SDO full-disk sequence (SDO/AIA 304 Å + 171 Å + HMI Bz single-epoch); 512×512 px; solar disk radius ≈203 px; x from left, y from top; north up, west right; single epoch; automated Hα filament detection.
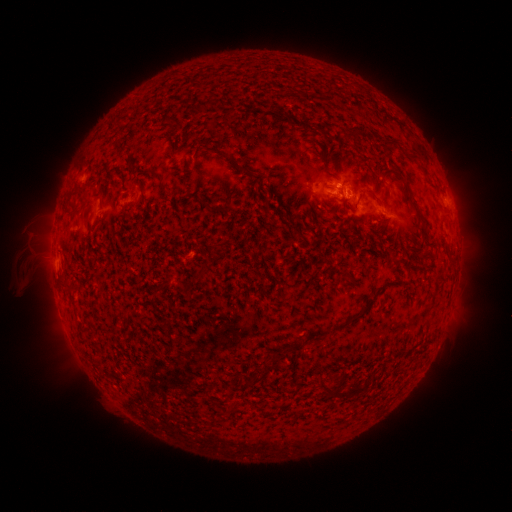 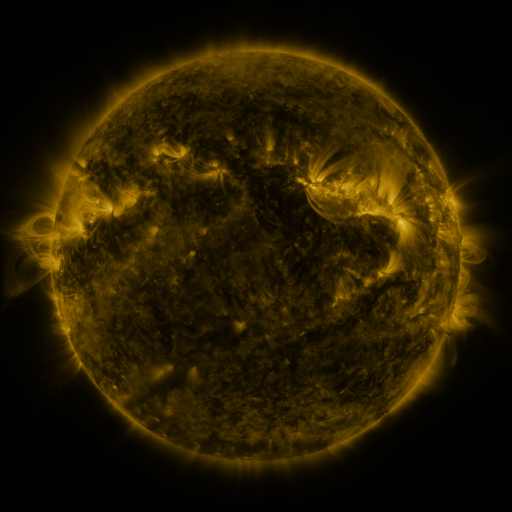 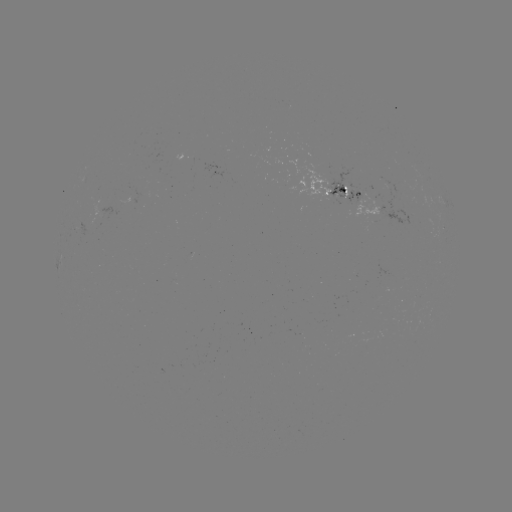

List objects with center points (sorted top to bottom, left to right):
filament: (202, 99, 213, 108)
filament: (165, 115, 173, 124)
filament: (175, 122, 185, 131)
filament: (347, 131, 357, 140)
filament: (386, 141, 399, 149)
filament: (158, 180, 168, 191)
filament: (404, 193, 426, 227)
filament: (227, 195, 234, 206)
filament: (213, 205, 223, 213)
filament: (379, 221, 389, 228)
filament: (193, 268, 207, 280)
filament: (349, 305, 371, 324)
filament: (303, 330, 323, 340)
filament: (290, 341, 301, 351)
filament: (273, 350, 281, 359)
filament: (341, 384, 365, 398)
filament: (324, 387, 334, 398)
